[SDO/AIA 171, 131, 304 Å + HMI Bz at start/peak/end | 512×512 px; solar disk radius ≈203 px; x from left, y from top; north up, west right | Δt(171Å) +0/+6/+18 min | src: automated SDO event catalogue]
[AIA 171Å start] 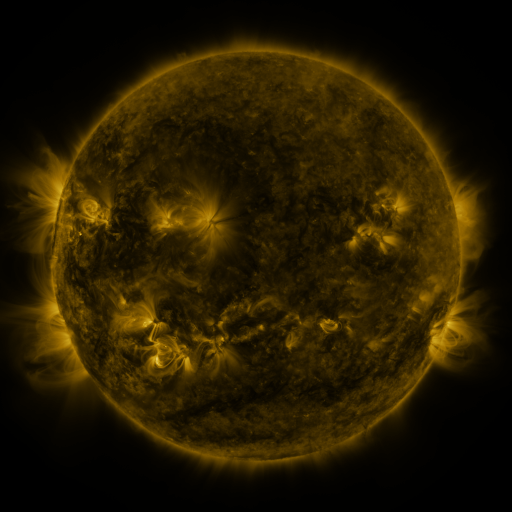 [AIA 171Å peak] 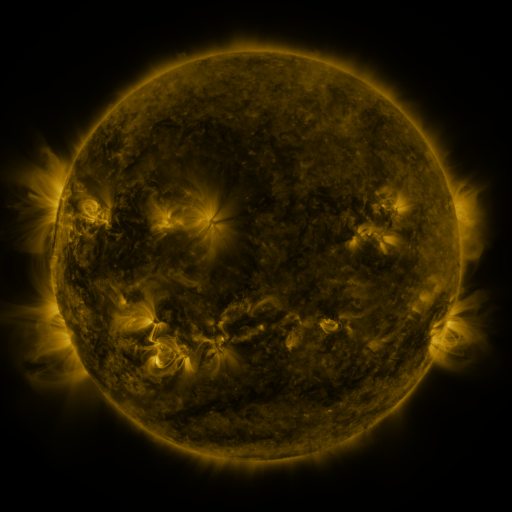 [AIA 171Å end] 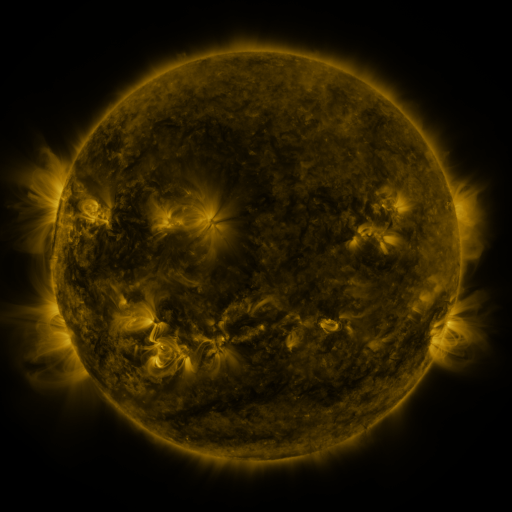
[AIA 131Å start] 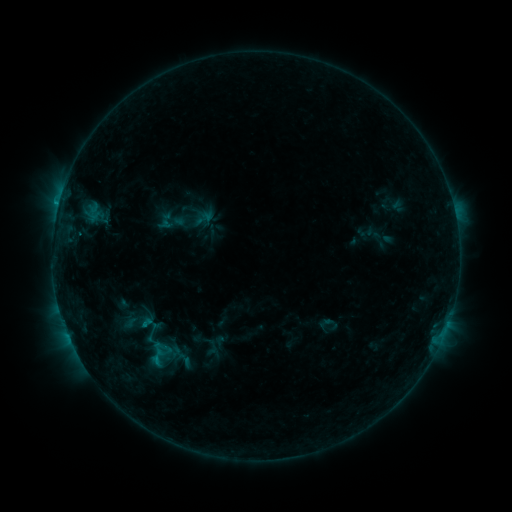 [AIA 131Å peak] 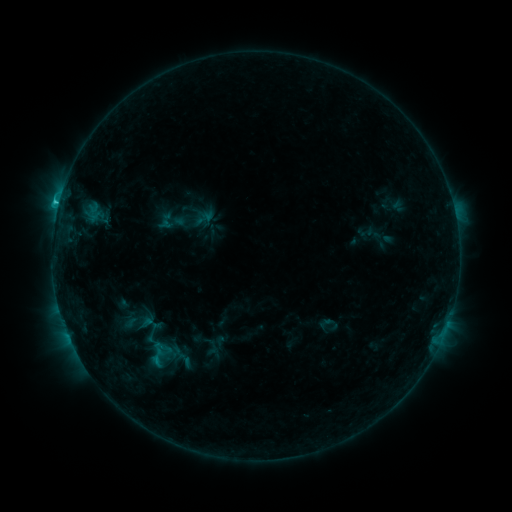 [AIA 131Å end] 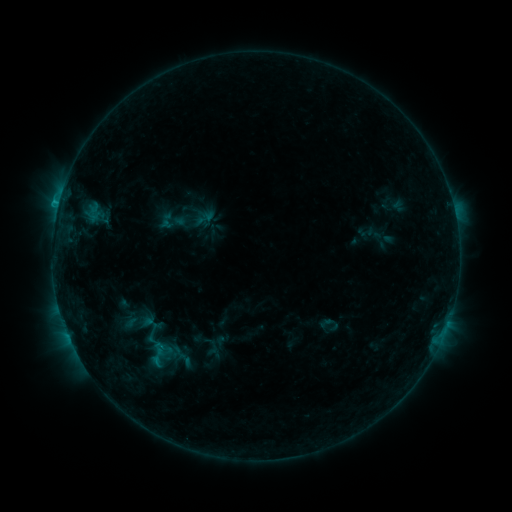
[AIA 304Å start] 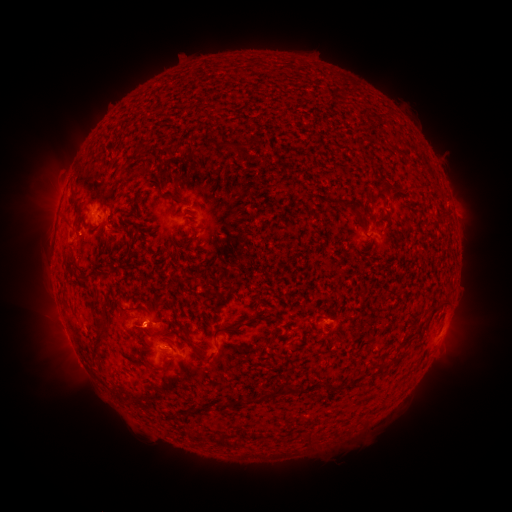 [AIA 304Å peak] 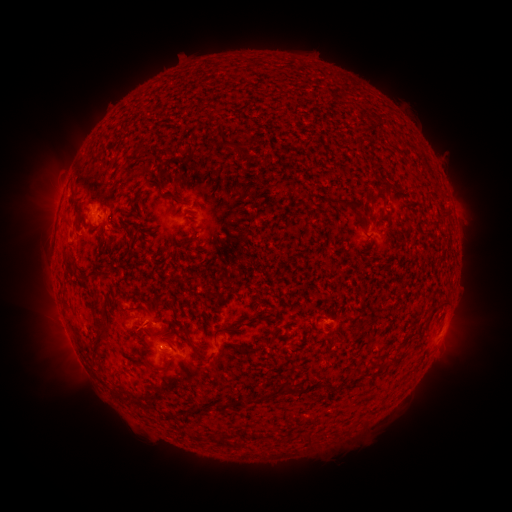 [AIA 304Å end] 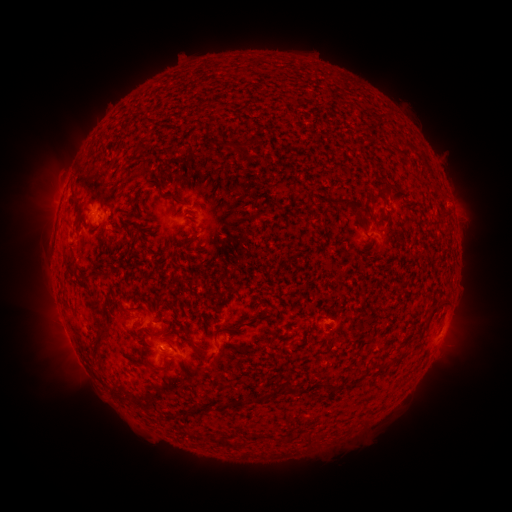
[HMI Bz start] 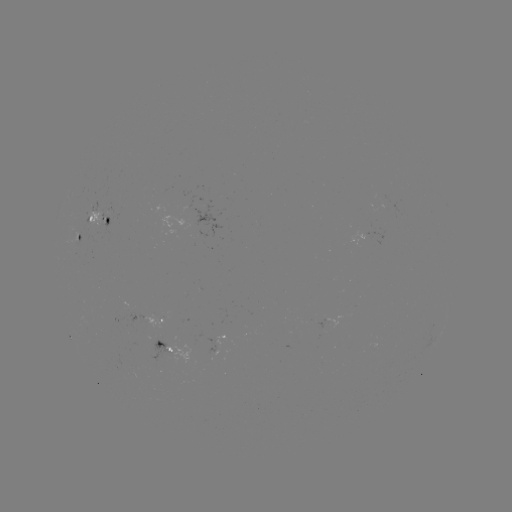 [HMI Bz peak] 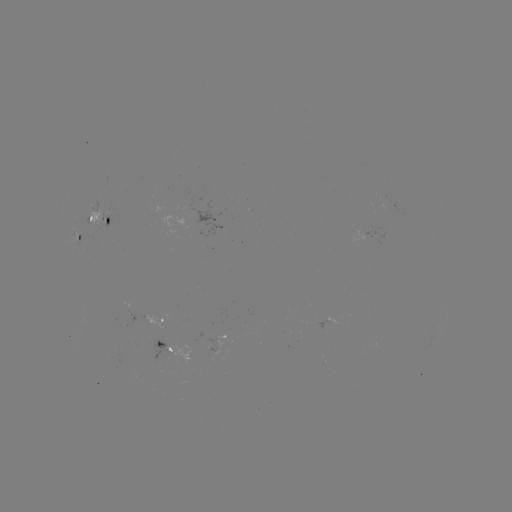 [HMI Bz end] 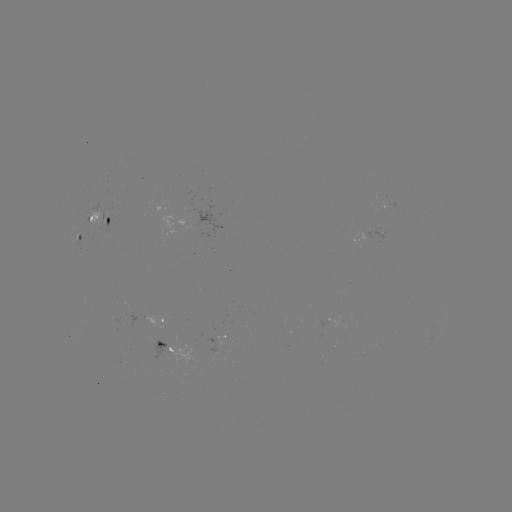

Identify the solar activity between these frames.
C1.0 flare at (59, 203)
